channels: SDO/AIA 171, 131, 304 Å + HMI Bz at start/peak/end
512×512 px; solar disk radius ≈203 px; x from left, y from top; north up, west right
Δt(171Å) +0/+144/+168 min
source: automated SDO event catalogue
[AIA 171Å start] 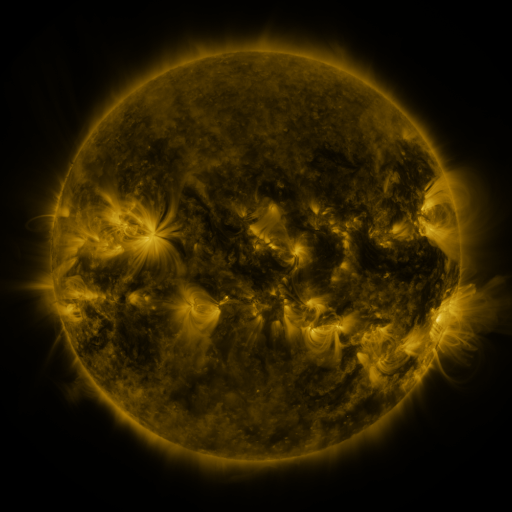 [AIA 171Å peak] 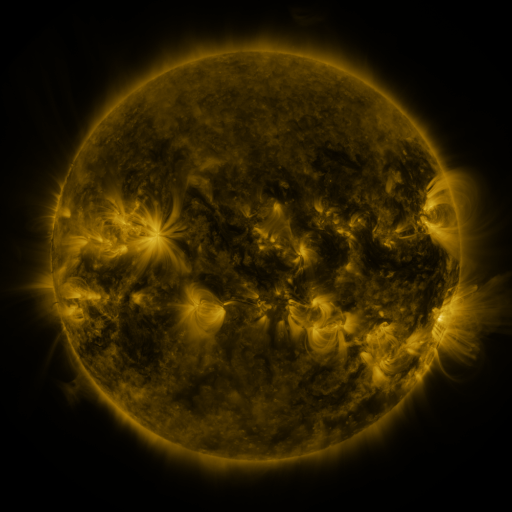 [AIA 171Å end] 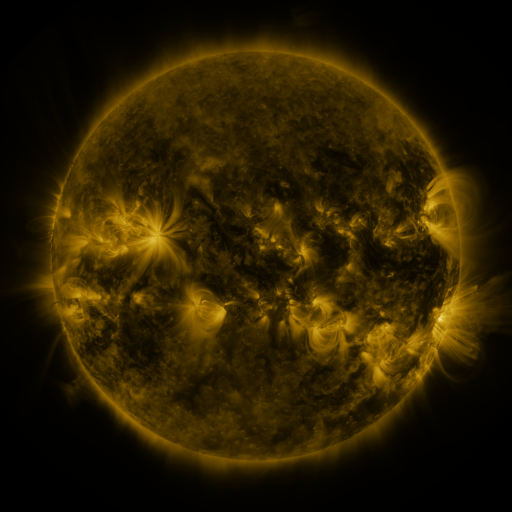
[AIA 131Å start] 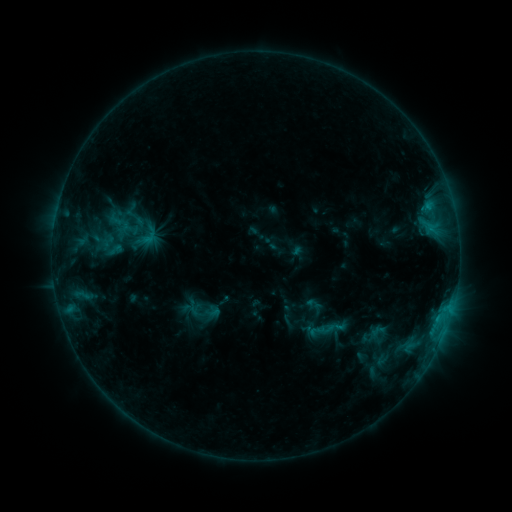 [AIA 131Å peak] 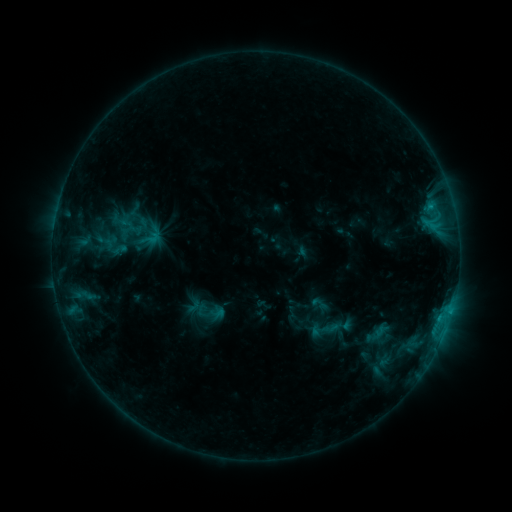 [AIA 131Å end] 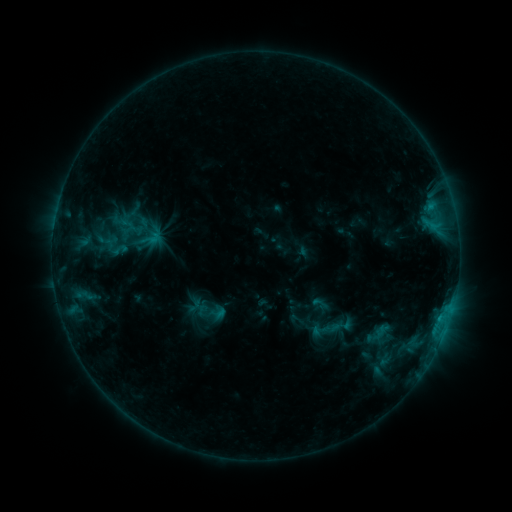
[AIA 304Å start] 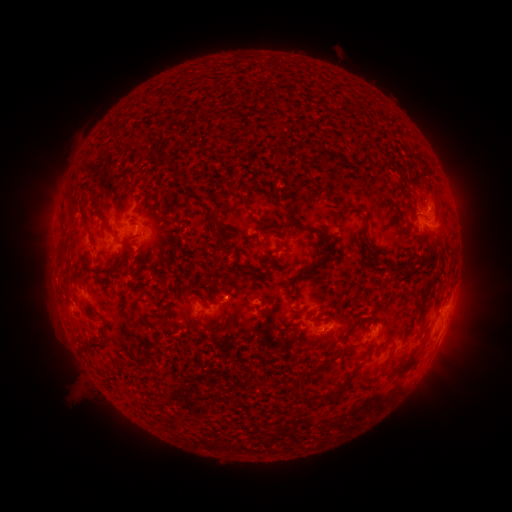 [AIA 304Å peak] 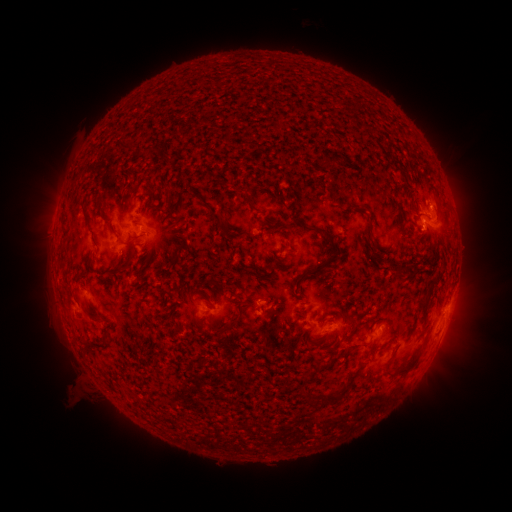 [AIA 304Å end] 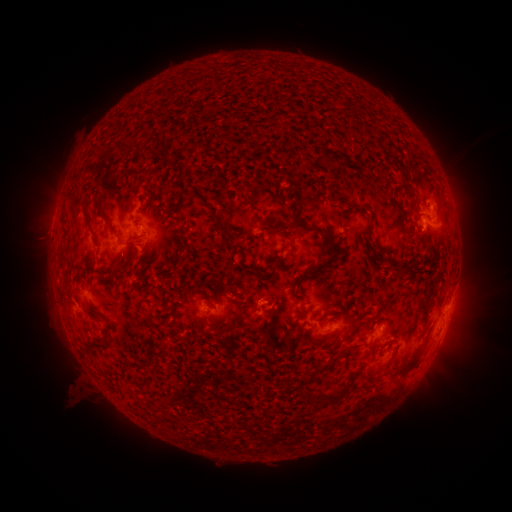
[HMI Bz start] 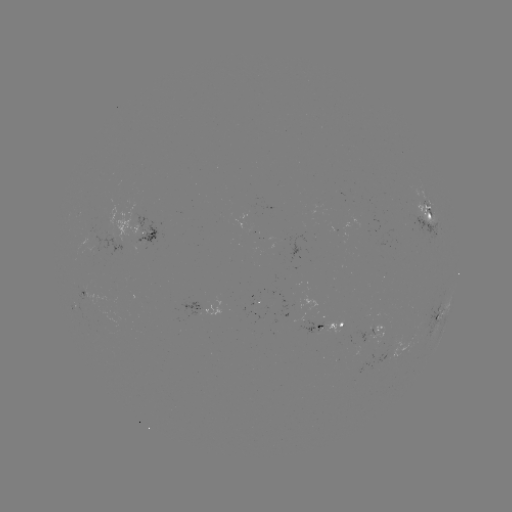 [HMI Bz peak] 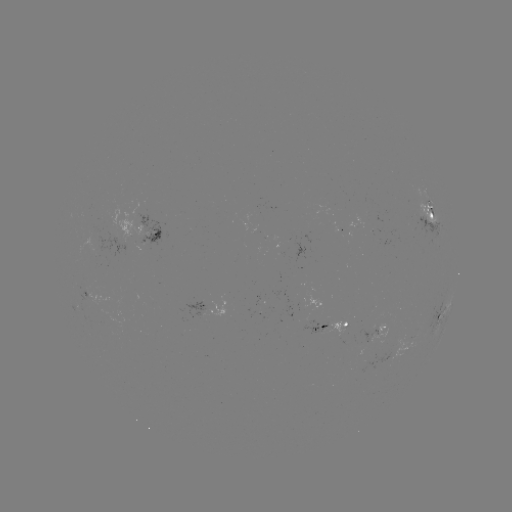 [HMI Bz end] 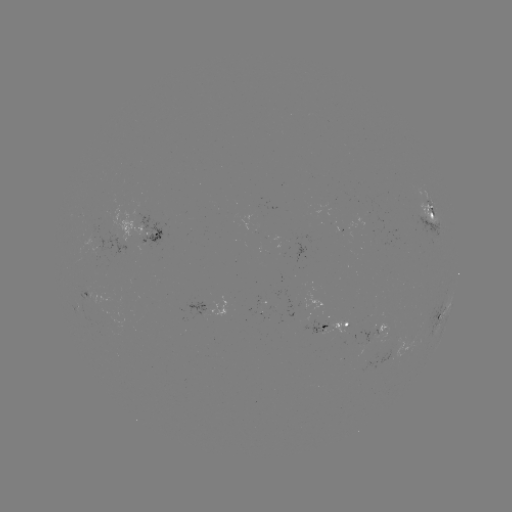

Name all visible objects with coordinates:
emerging-flux region: (320, 330)
